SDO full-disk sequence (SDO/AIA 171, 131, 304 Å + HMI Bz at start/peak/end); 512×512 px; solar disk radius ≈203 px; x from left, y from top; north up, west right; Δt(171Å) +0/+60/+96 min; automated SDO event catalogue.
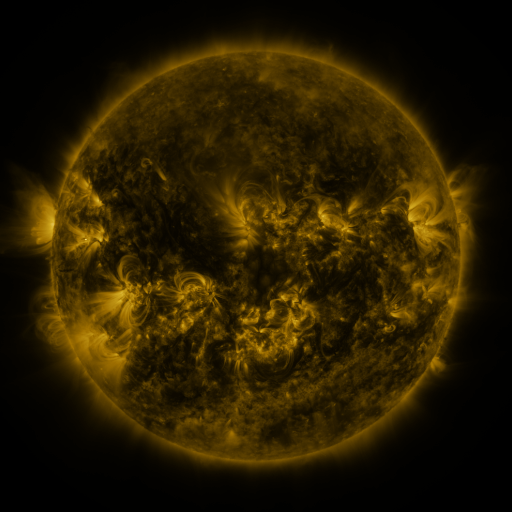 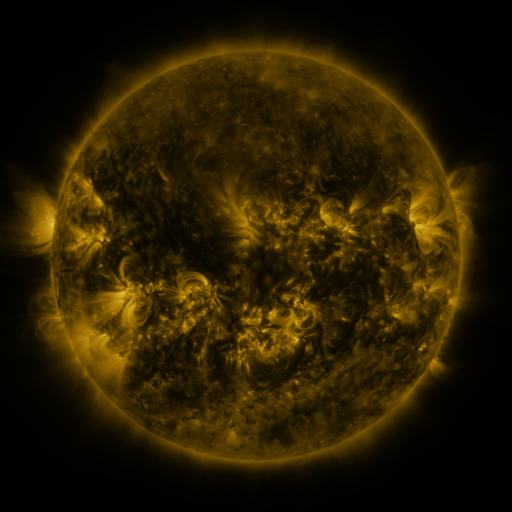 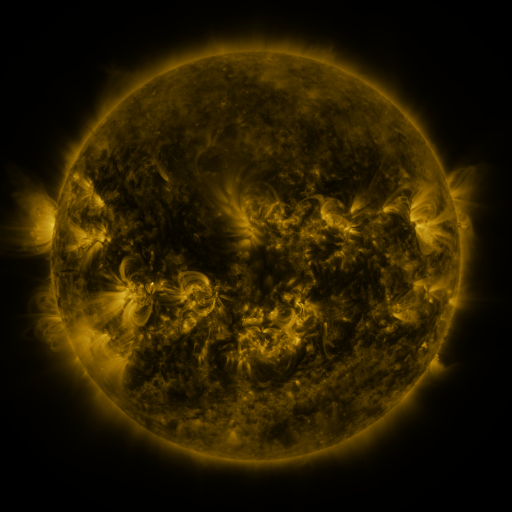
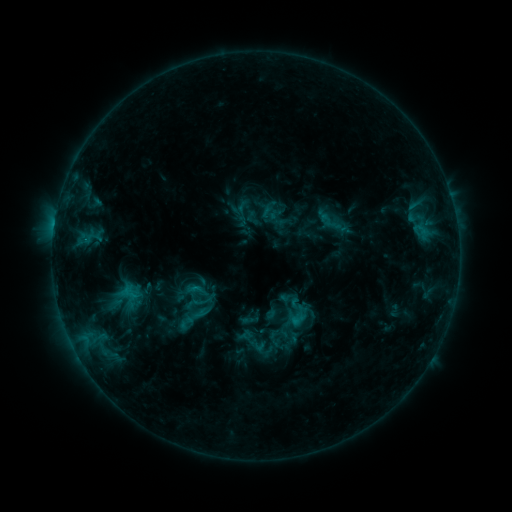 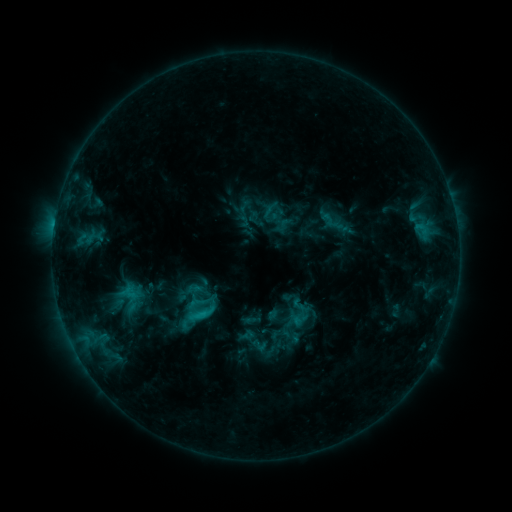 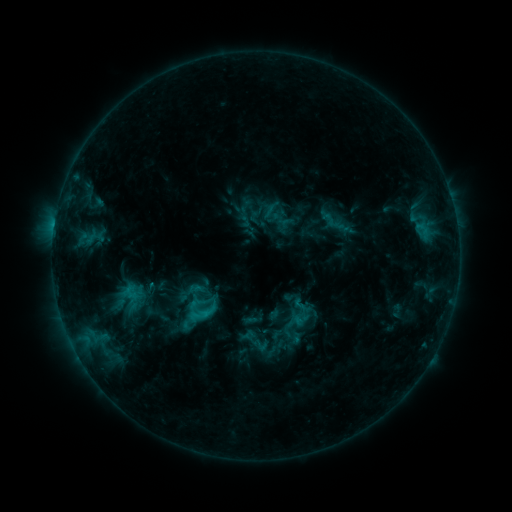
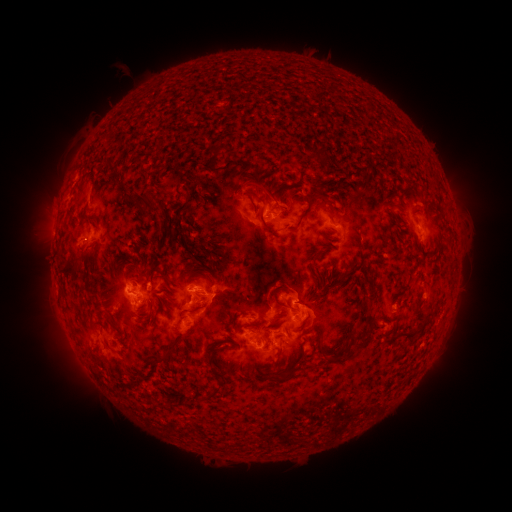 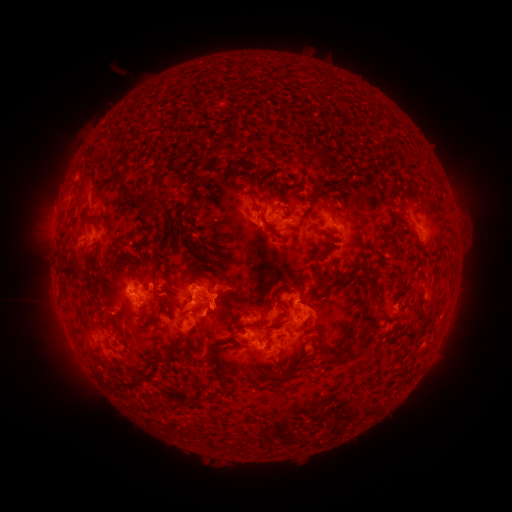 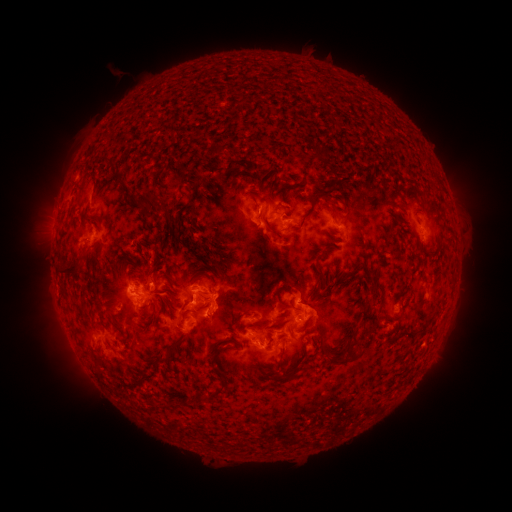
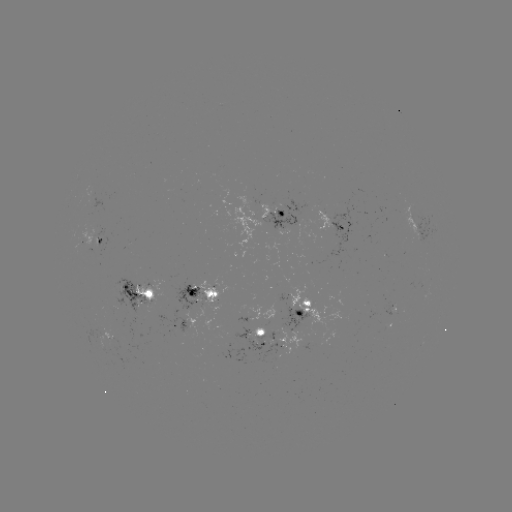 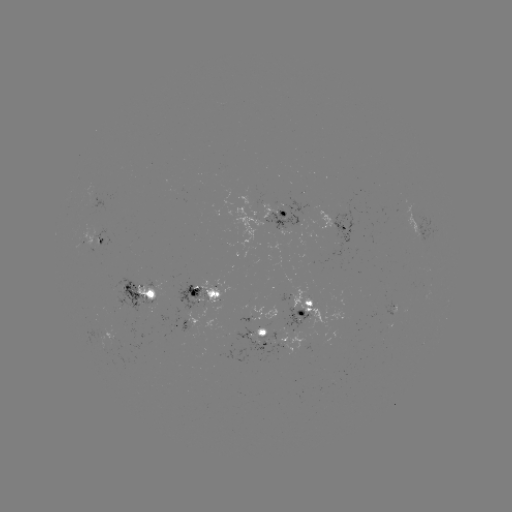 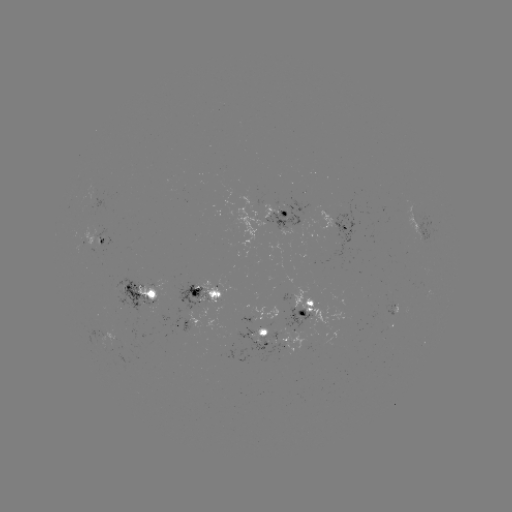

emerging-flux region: <bbox>93, 323, 120, 350</bbox>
